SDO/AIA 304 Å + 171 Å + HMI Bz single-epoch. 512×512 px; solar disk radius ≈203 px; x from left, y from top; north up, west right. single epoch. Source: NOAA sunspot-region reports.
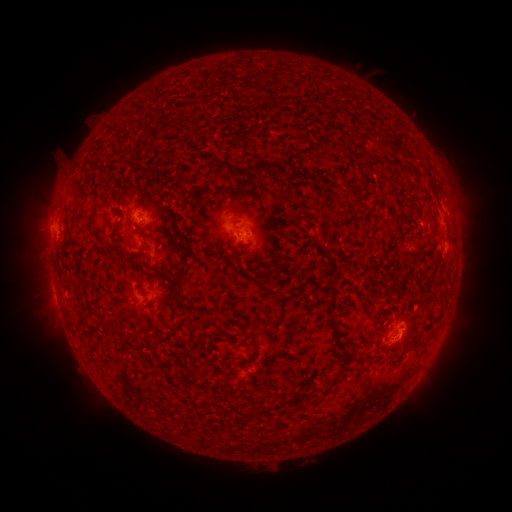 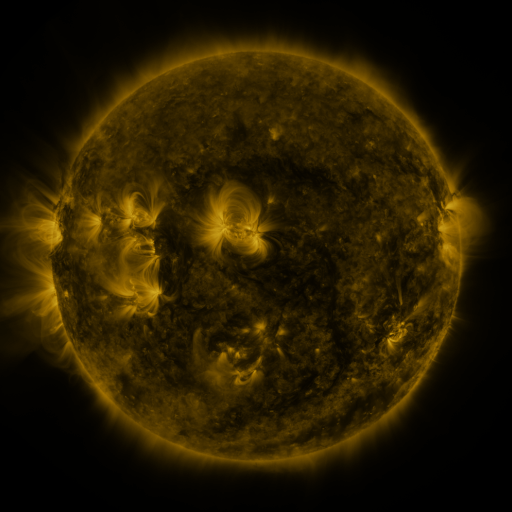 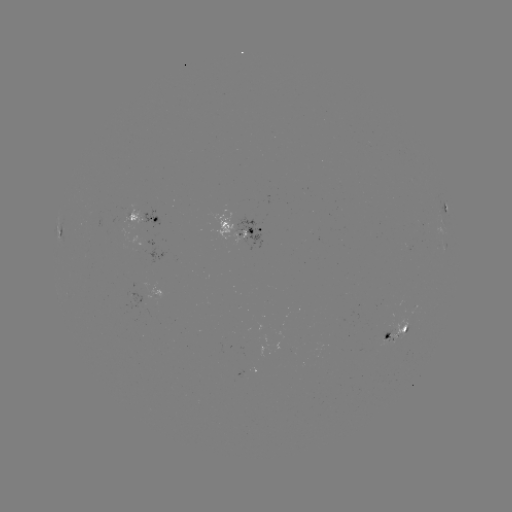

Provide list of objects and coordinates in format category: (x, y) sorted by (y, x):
spotted active region: (443, 210)
spotted active region: (152, 219)
spotted active region: (61, 230)
spotted active region: (256, 230)
spotted active region: (398, 330)
spotted active region: (252, 369)
